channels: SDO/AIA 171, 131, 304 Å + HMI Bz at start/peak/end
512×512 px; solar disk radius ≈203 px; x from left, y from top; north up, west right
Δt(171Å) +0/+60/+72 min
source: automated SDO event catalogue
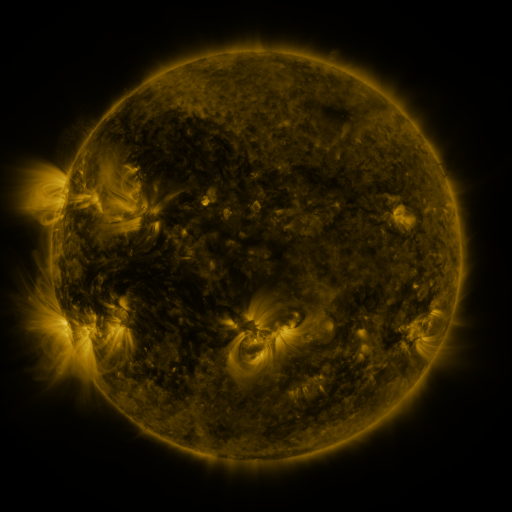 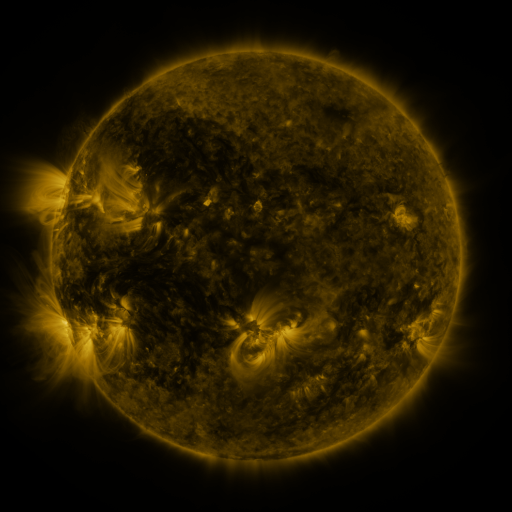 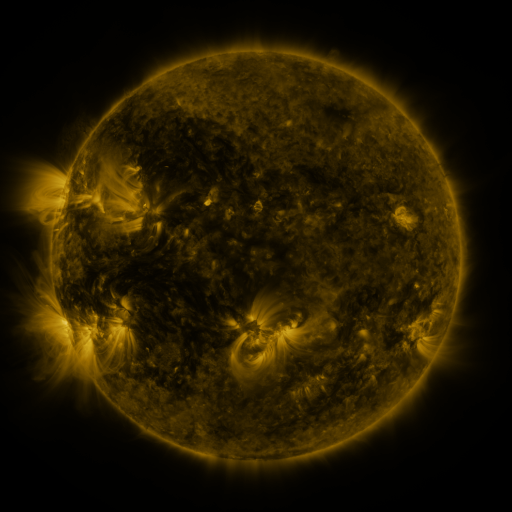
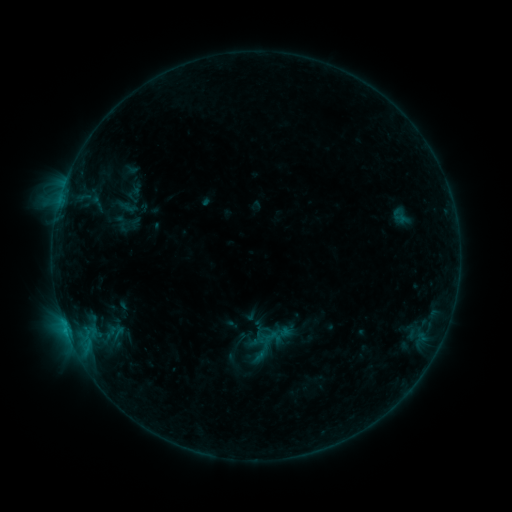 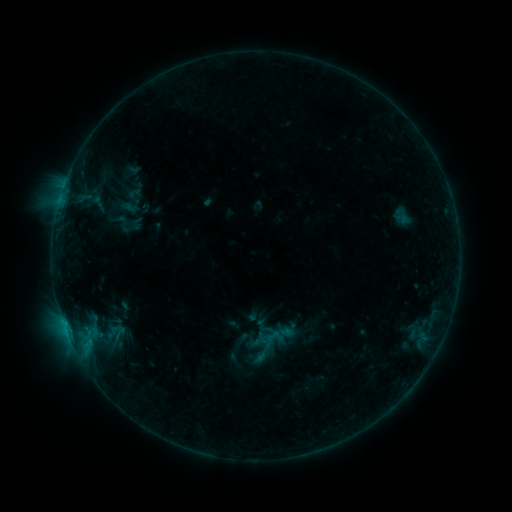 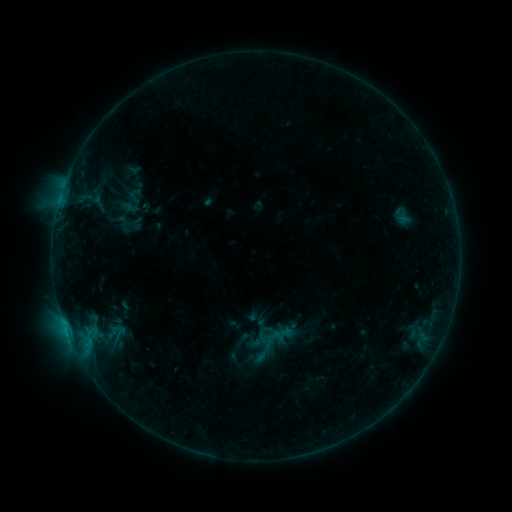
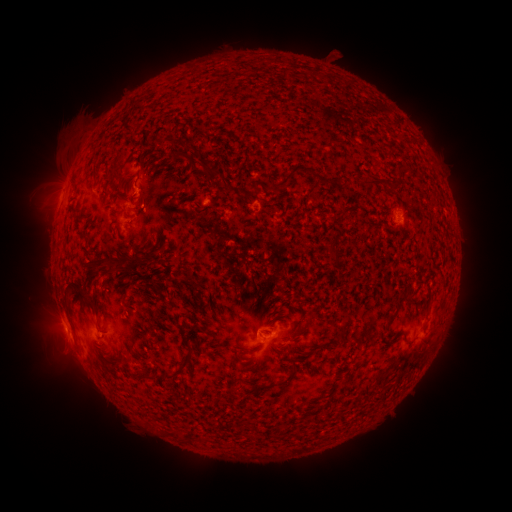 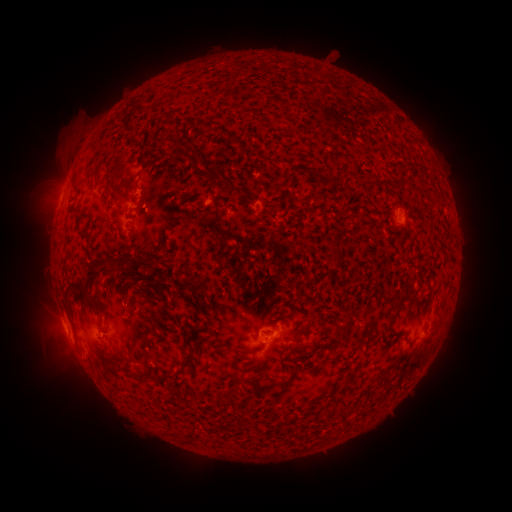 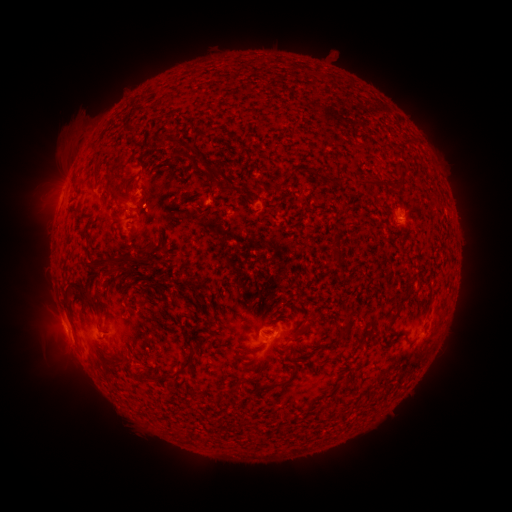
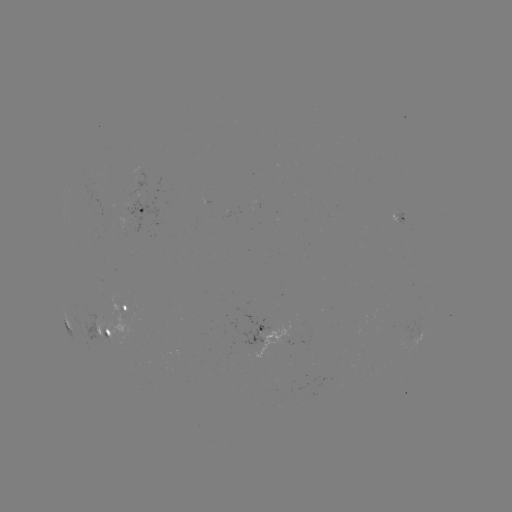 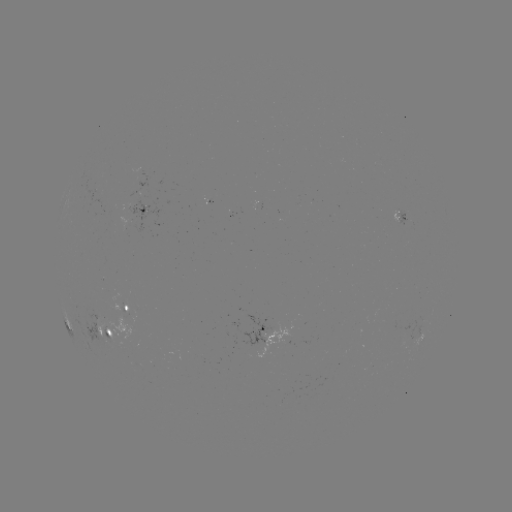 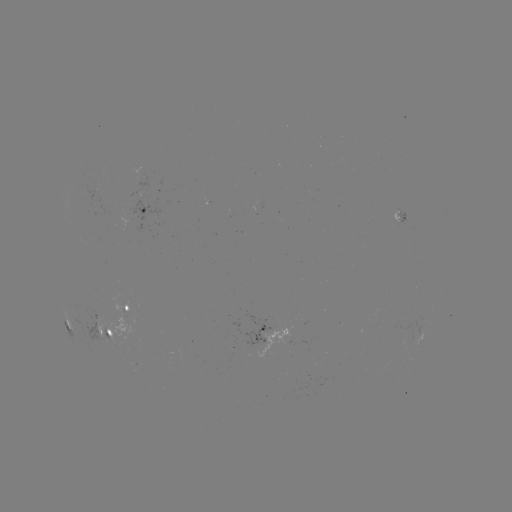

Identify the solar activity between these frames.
emerging-flux region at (103, 339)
